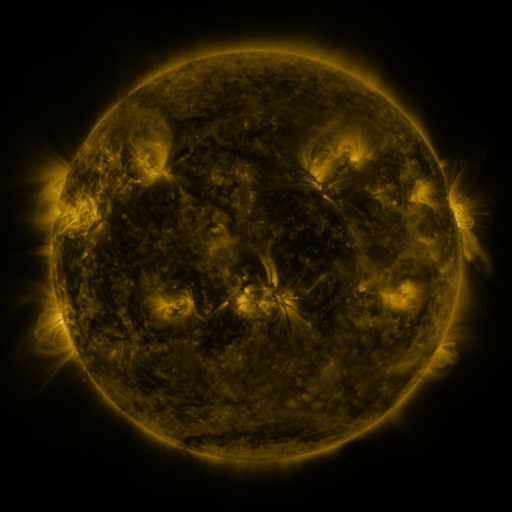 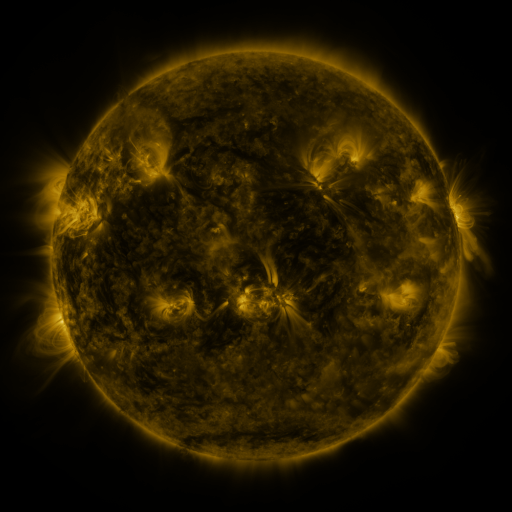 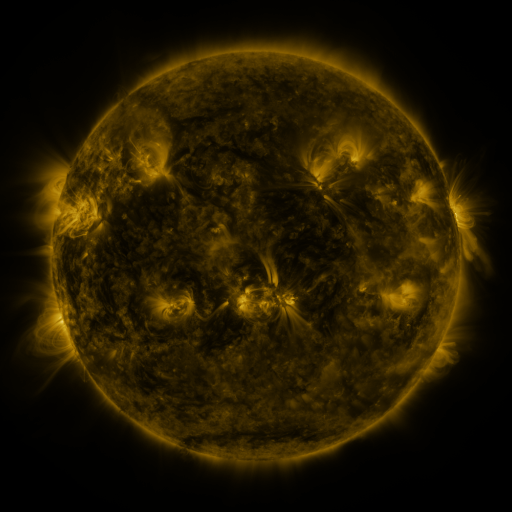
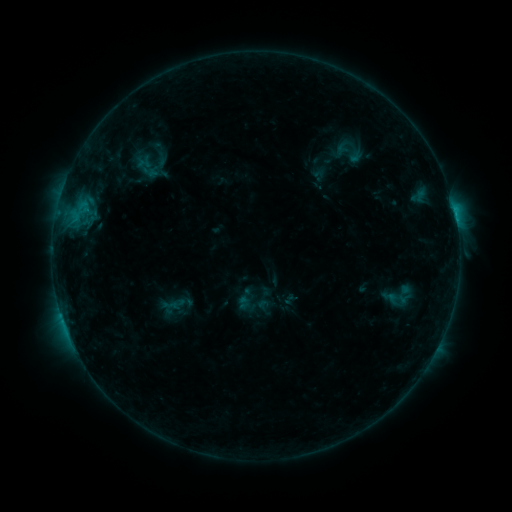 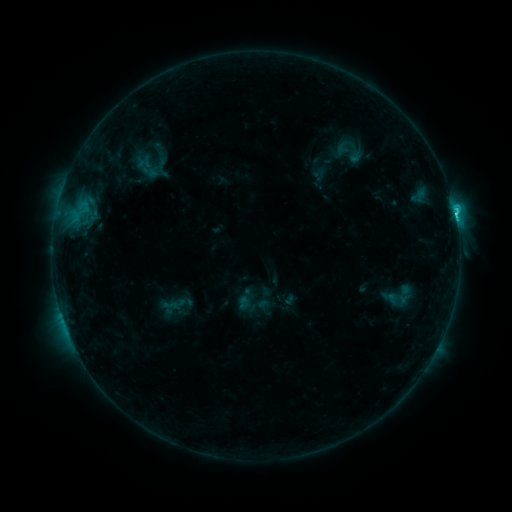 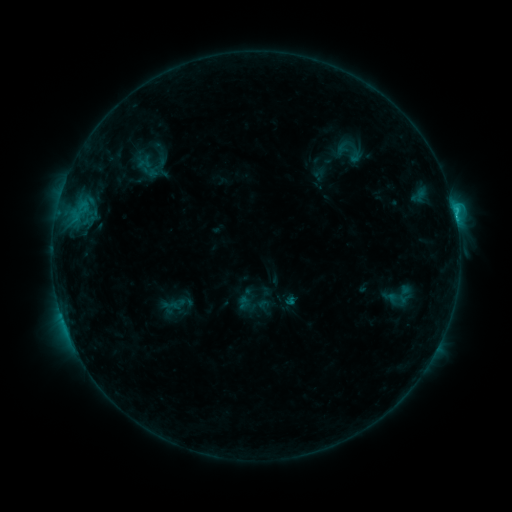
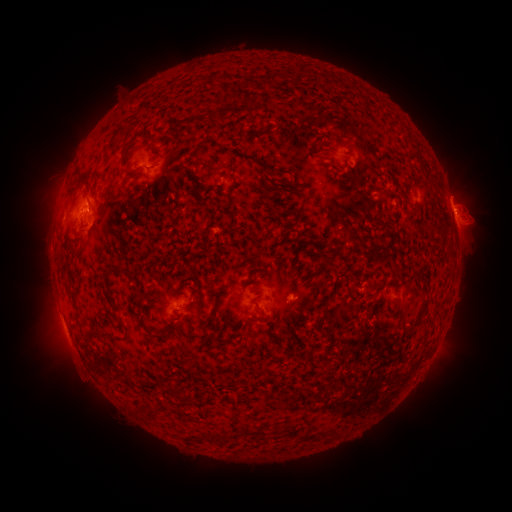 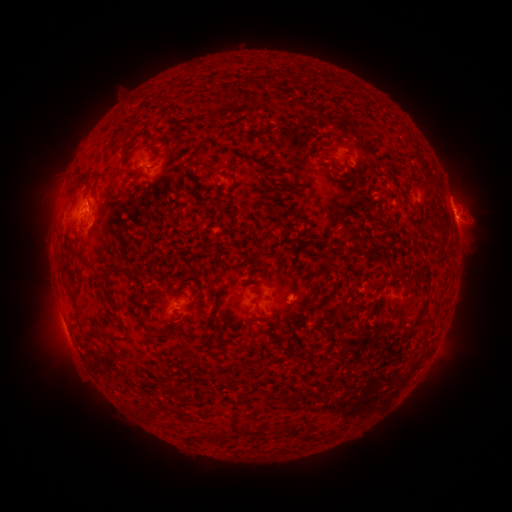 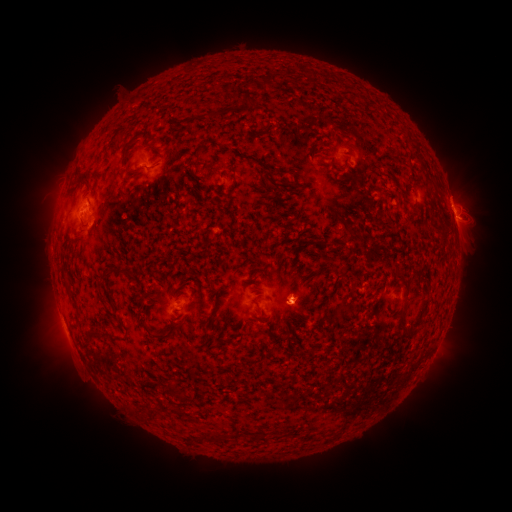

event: flare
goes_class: C2.3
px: (455, 216)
